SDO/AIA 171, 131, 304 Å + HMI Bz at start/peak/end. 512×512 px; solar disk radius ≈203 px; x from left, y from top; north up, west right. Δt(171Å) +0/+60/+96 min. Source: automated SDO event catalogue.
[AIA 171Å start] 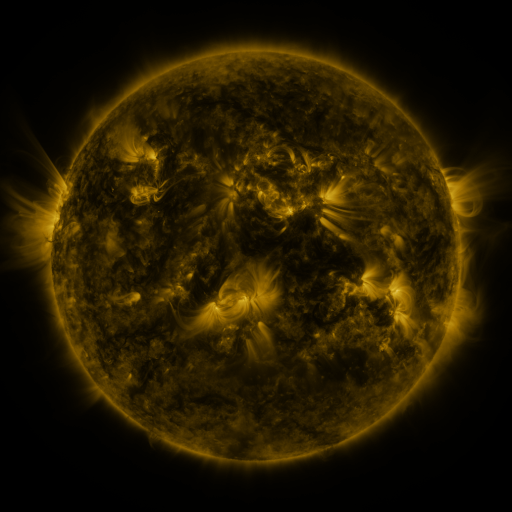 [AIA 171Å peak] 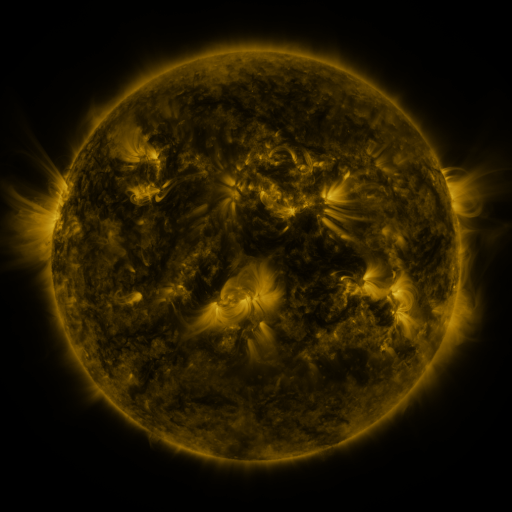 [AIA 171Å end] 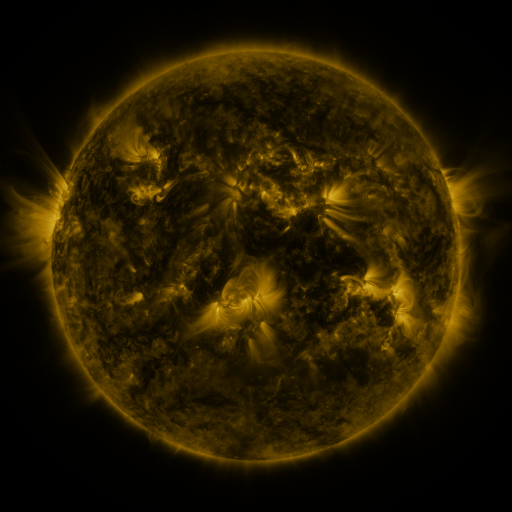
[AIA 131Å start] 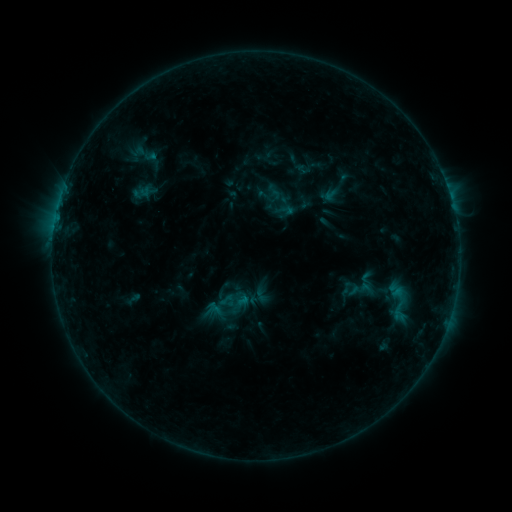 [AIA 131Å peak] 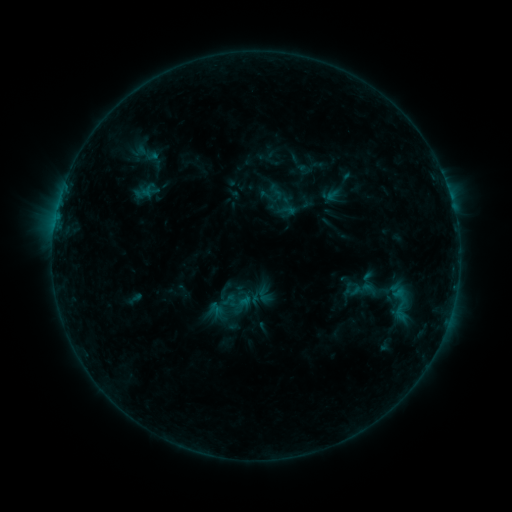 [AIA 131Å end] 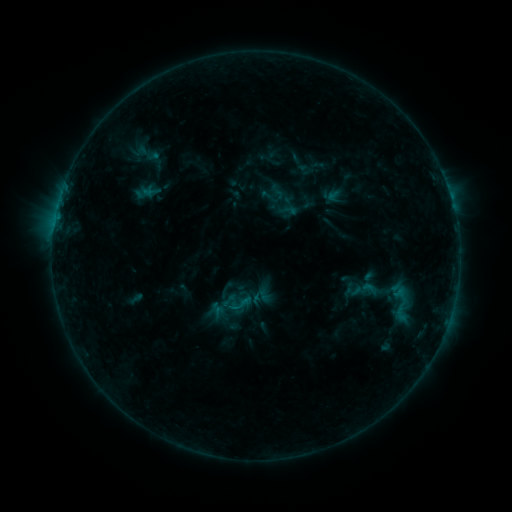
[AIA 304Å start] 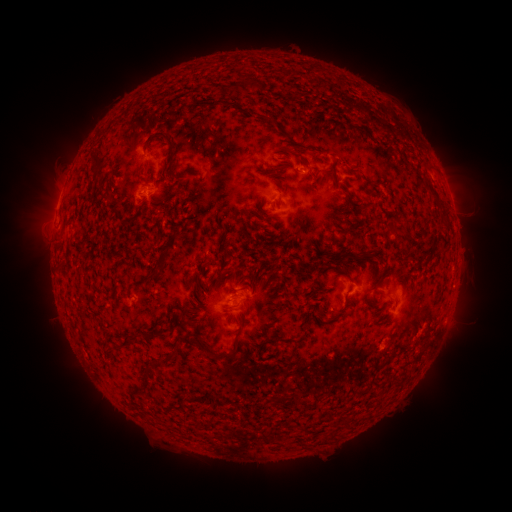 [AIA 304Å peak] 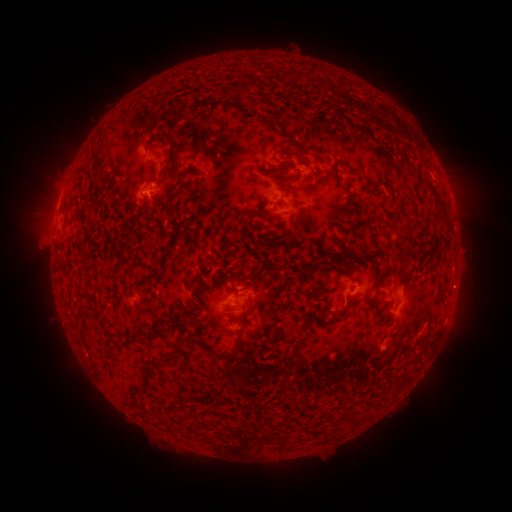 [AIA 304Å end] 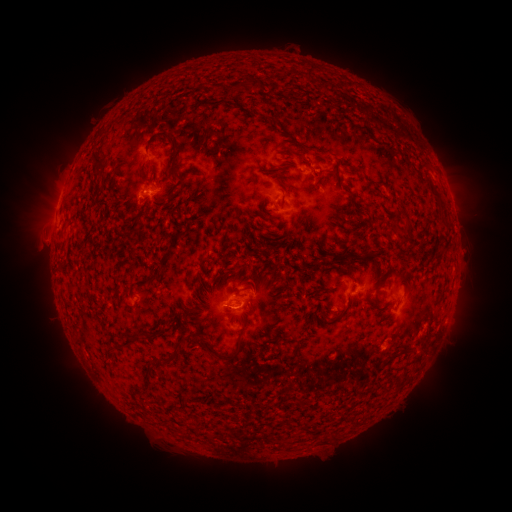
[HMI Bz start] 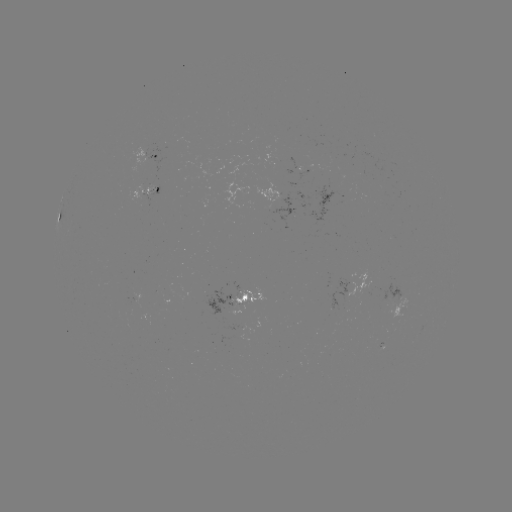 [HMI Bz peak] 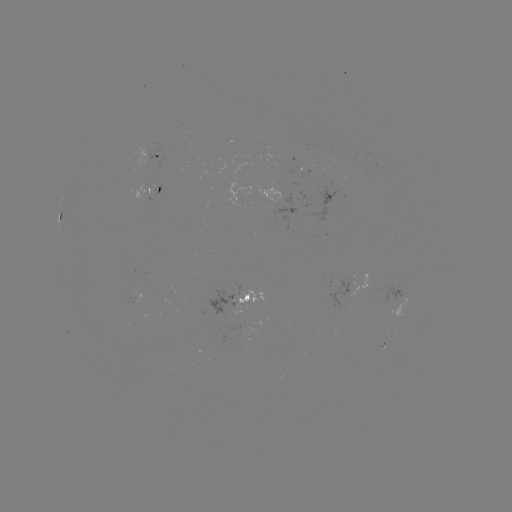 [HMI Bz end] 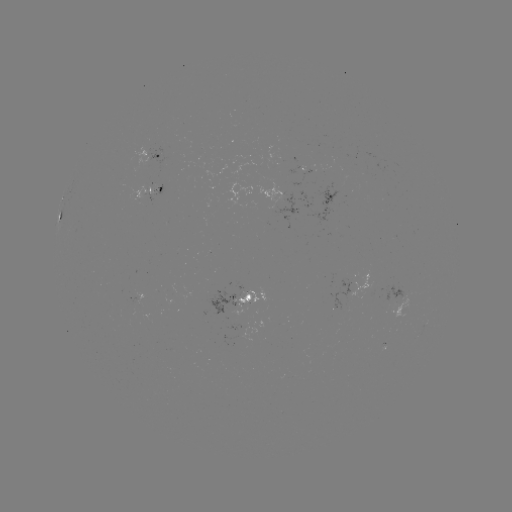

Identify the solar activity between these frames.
emerging-flux region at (137, 296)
